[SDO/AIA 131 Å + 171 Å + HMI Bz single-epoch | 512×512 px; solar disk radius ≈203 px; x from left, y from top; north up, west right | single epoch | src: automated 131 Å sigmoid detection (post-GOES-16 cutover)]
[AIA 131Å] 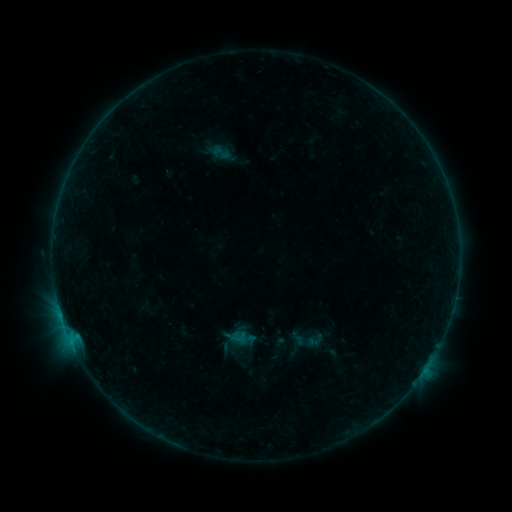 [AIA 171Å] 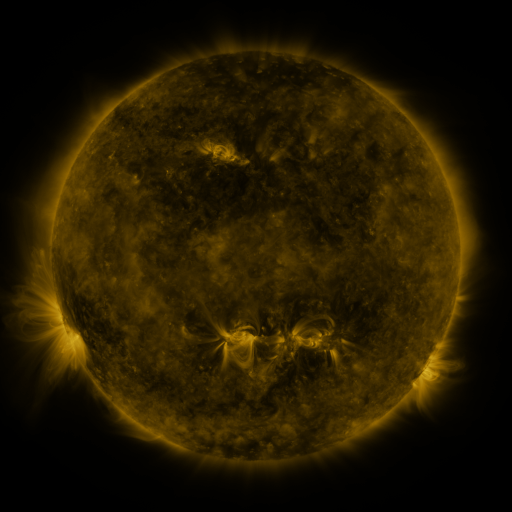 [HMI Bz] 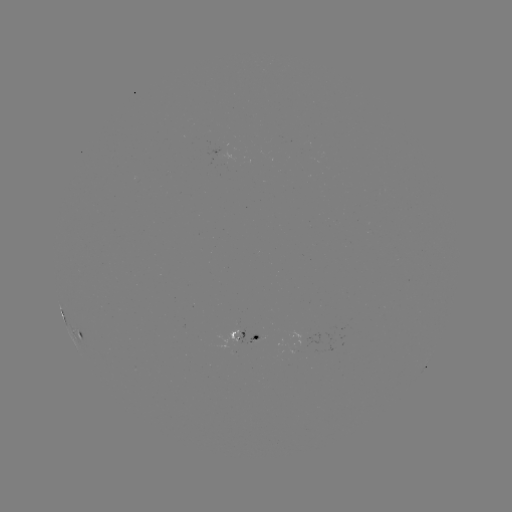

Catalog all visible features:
sigmoid: [209, 141, 232, 164]
sigmoid: [230, 329, 247, 345]
